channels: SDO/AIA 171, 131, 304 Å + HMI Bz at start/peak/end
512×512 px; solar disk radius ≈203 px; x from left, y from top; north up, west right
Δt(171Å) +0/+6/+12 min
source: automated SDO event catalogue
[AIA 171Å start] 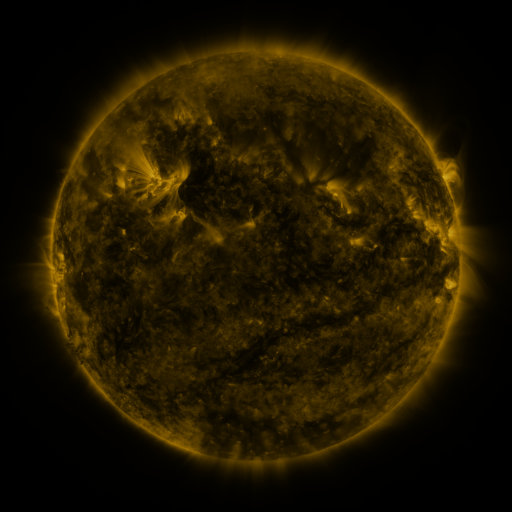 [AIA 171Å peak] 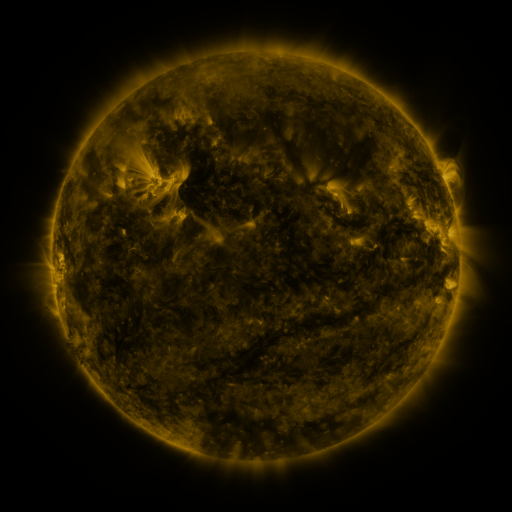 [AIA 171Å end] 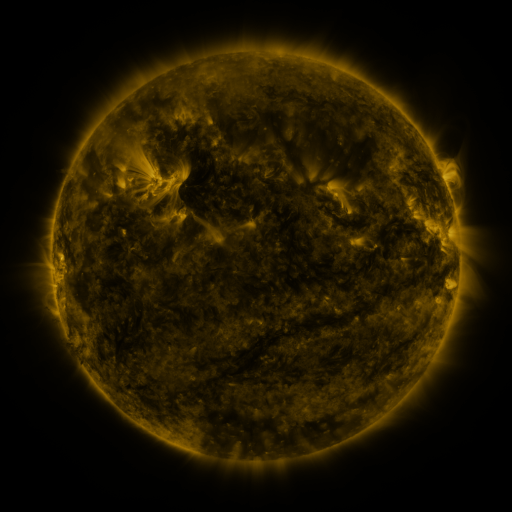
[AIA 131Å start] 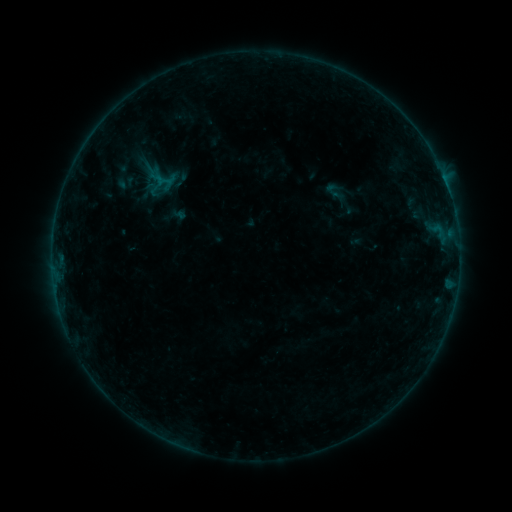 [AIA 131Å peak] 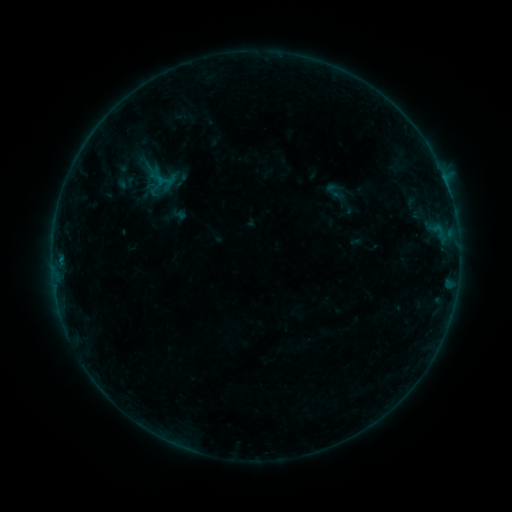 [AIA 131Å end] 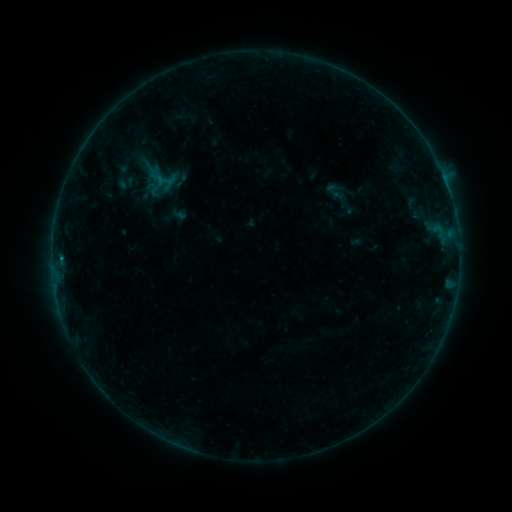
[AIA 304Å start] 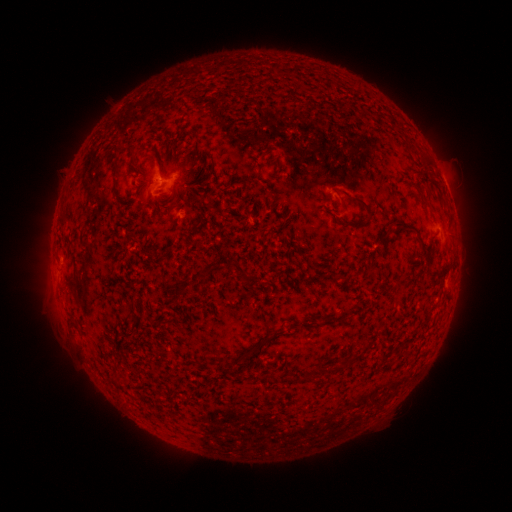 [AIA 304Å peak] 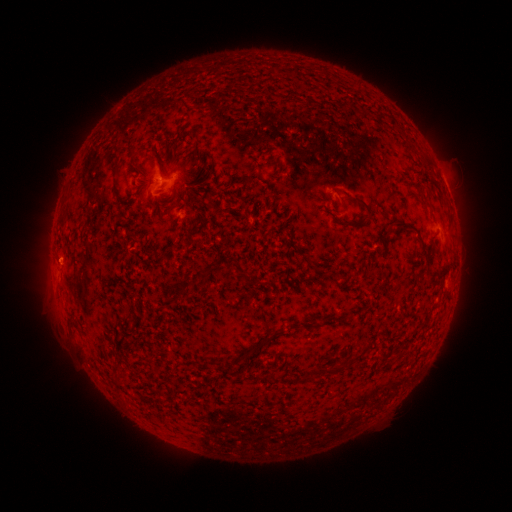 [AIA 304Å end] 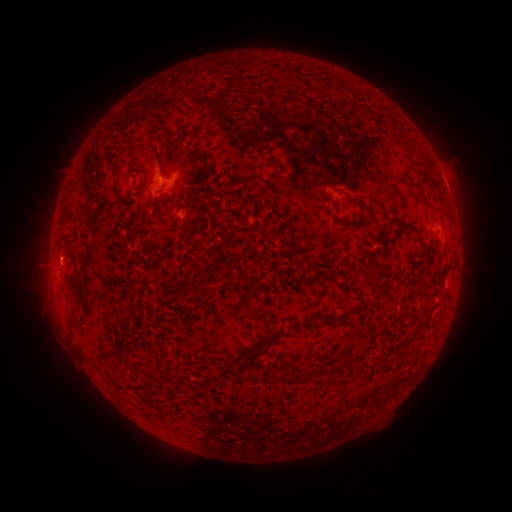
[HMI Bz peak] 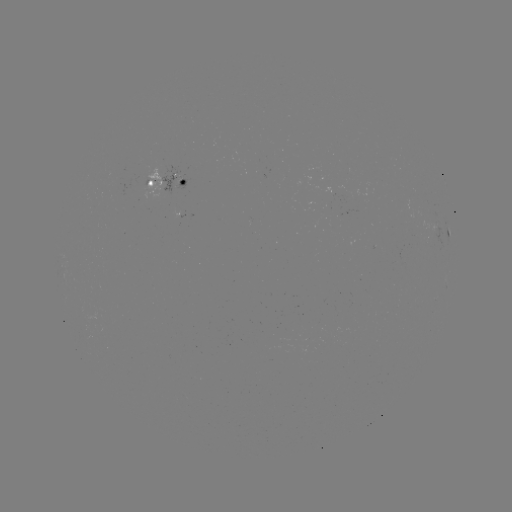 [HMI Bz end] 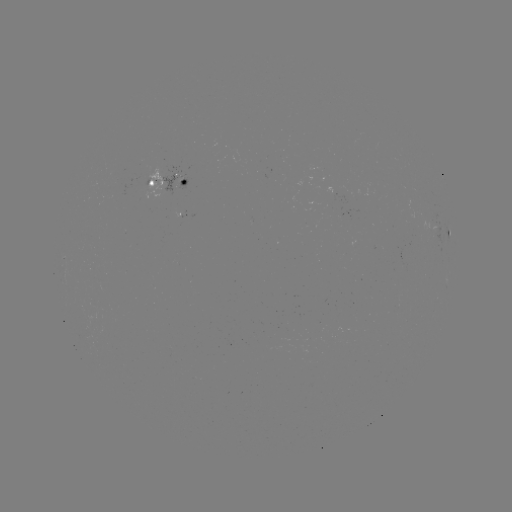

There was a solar flare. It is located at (61, 255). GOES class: B2.1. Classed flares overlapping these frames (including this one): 1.